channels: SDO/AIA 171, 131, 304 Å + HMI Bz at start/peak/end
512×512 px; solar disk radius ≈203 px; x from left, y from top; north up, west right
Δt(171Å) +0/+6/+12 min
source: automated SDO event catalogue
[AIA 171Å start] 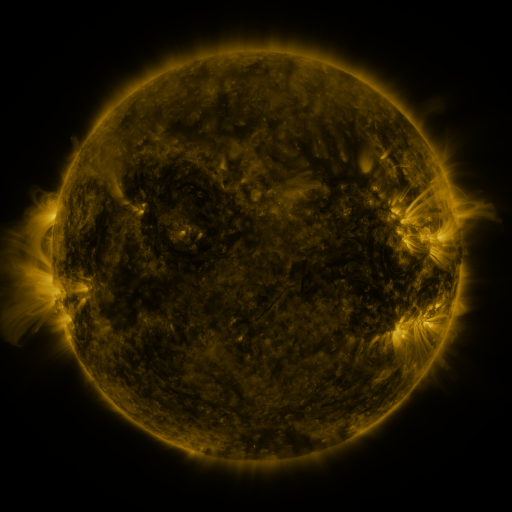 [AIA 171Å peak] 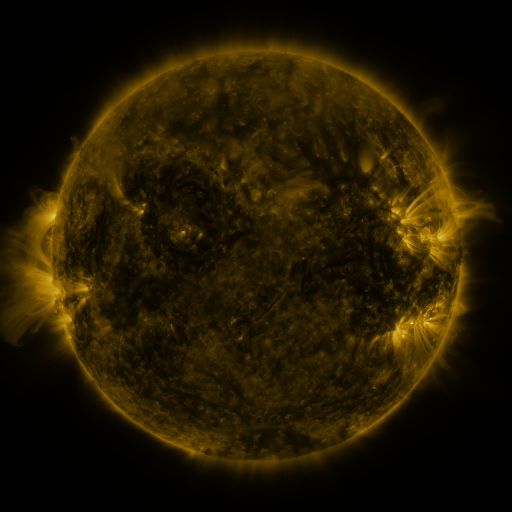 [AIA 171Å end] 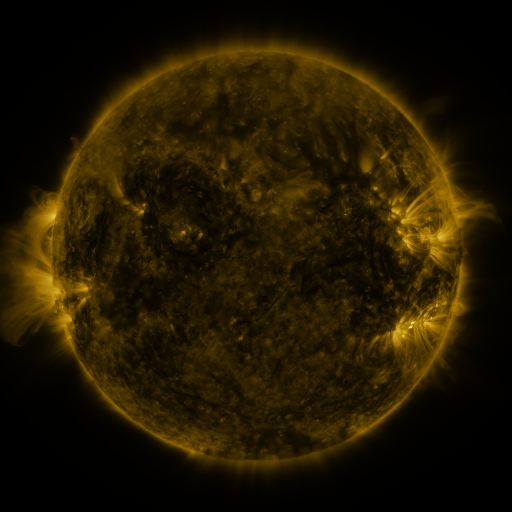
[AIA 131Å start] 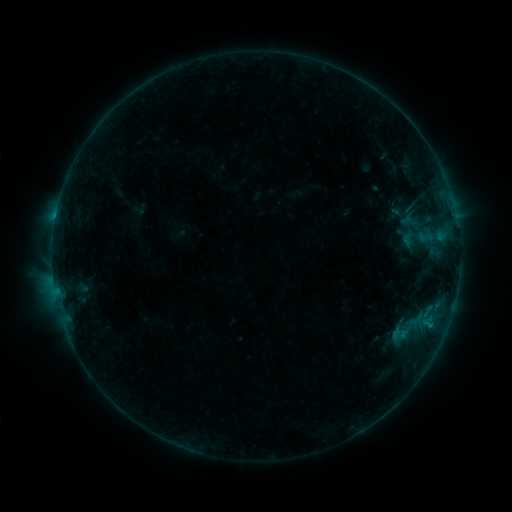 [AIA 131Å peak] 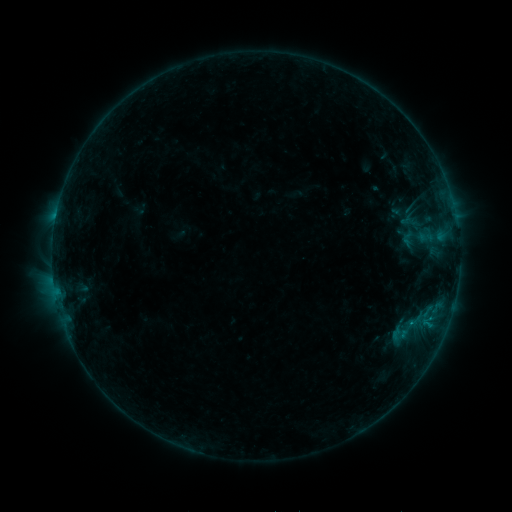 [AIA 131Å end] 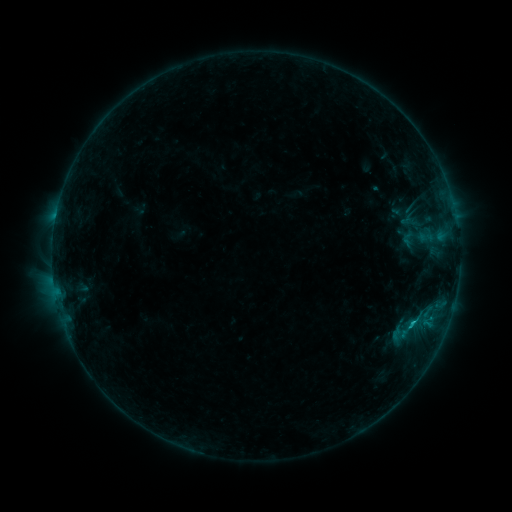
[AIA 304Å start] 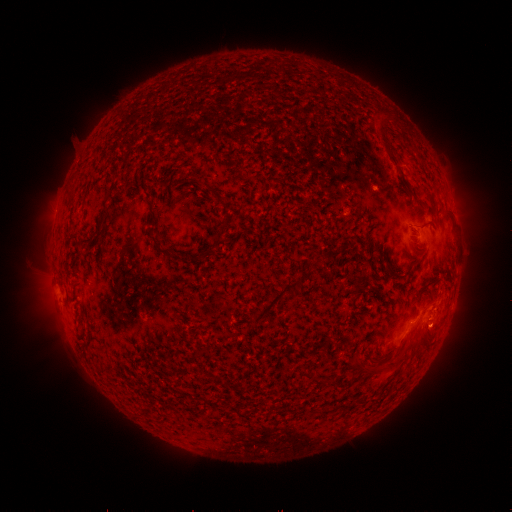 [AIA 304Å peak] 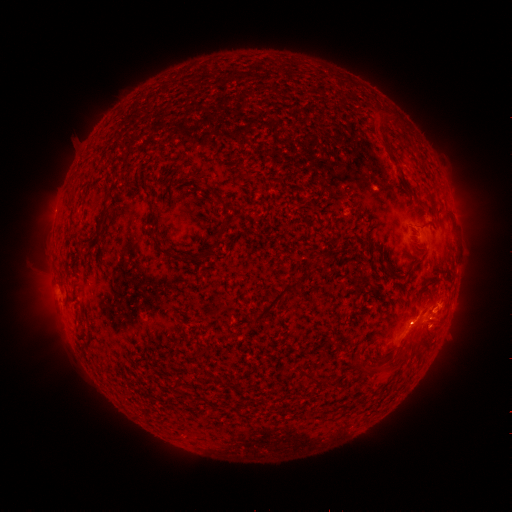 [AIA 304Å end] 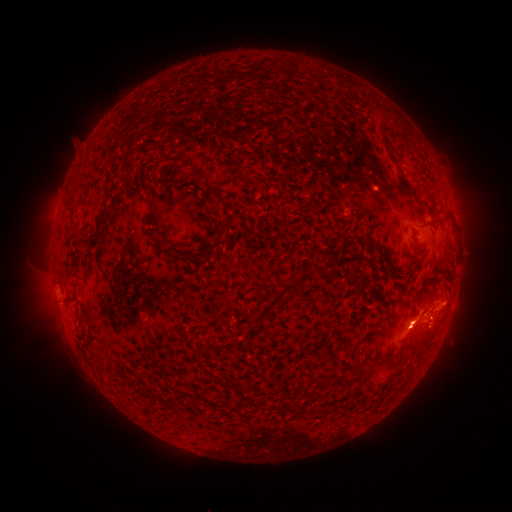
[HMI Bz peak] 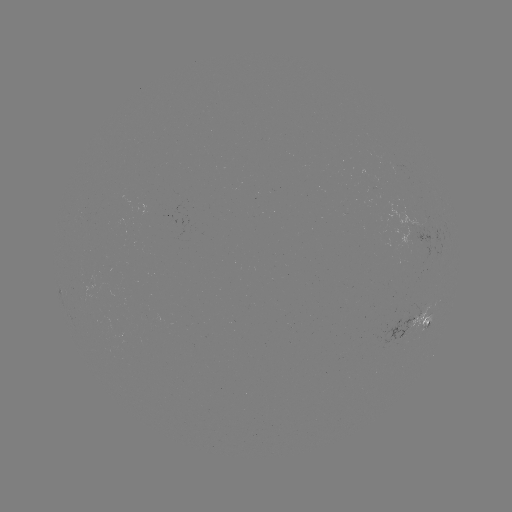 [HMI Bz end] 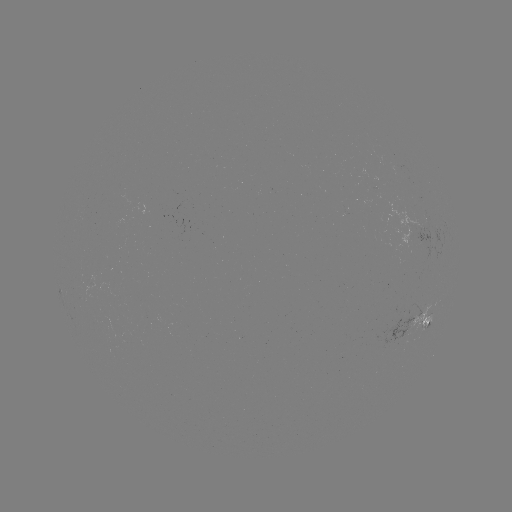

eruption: <bbox>405, 282, 468, 338</bbox>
